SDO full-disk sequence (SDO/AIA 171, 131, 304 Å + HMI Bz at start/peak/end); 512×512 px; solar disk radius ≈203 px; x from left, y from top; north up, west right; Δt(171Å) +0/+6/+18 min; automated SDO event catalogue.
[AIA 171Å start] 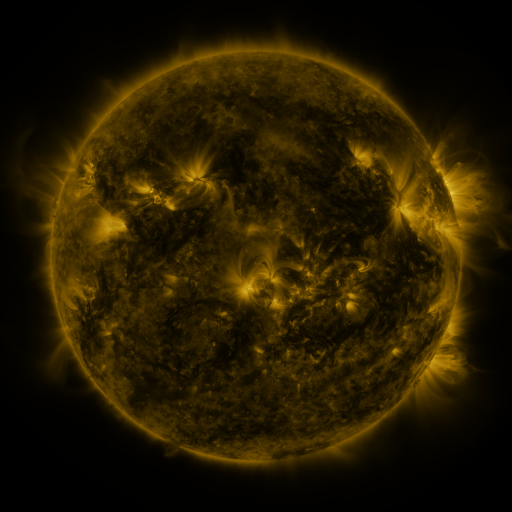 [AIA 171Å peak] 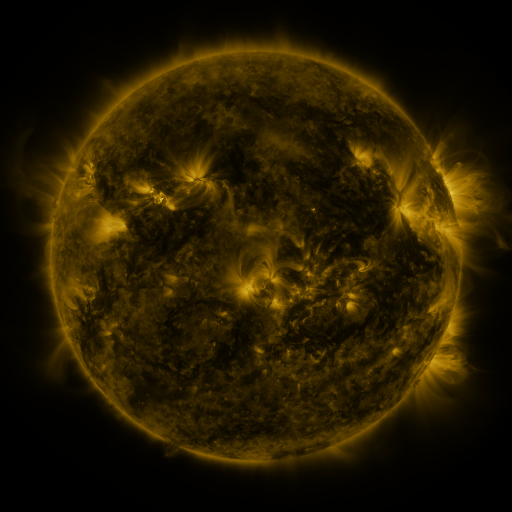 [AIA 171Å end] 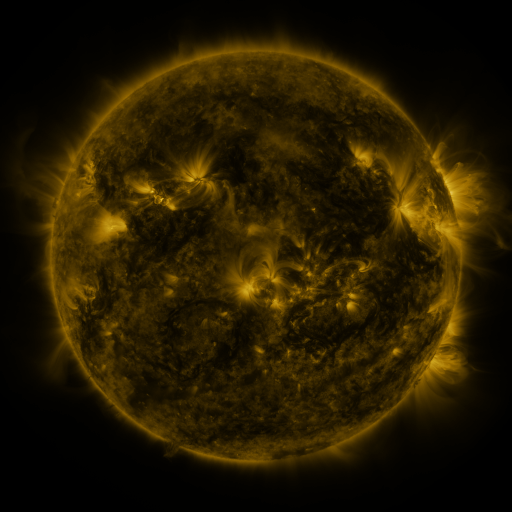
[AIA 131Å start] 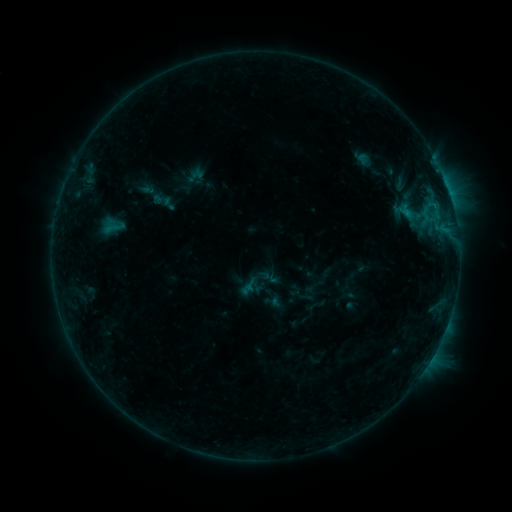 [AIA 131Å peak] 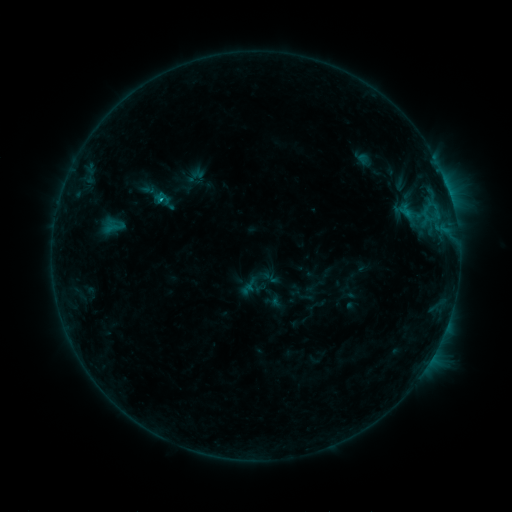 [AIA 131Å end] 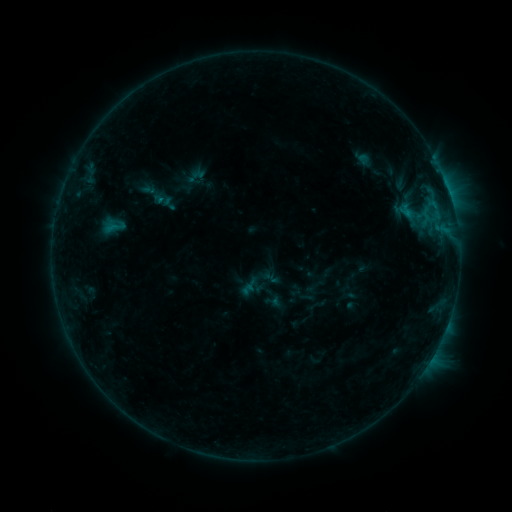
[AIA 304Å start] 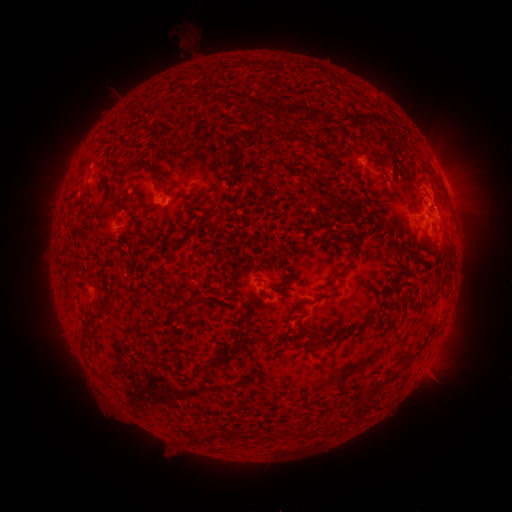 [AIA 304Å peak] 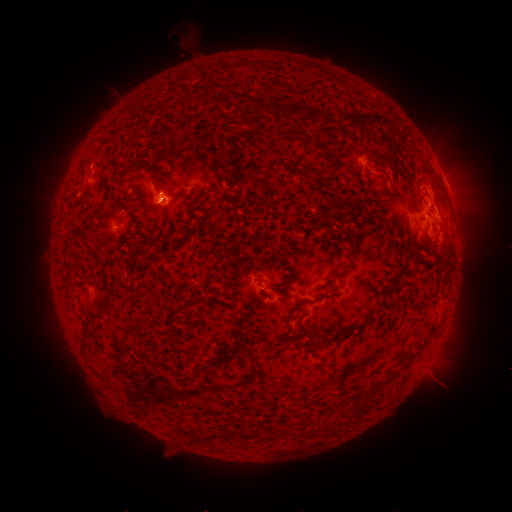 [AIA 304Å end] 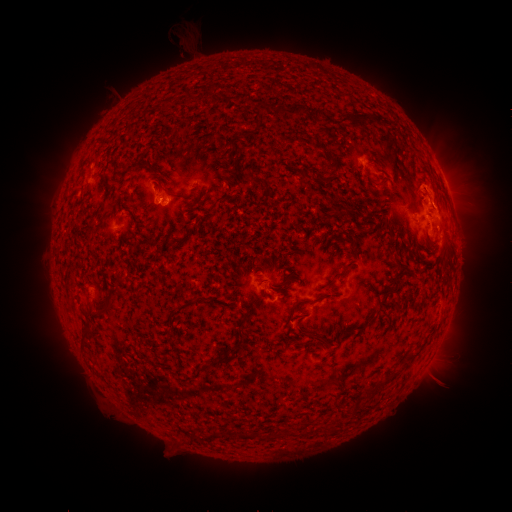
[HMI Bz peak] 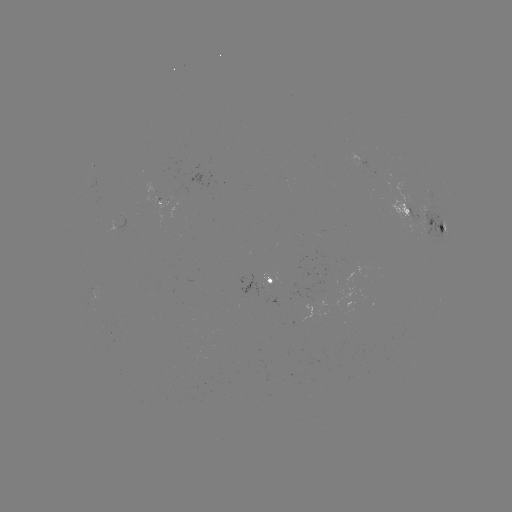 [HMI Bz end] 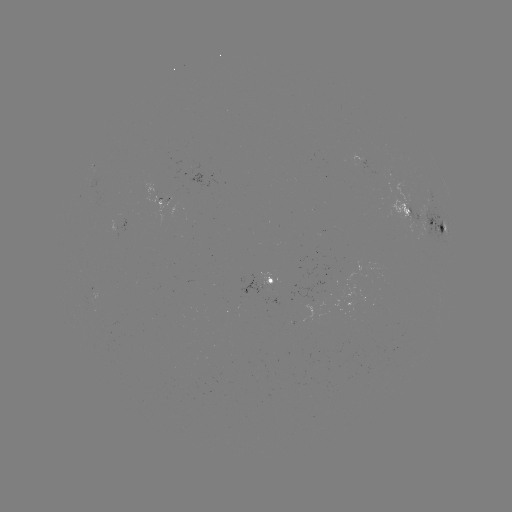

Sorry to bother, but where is B6.2 flare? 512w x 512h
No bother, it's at [161, 201].